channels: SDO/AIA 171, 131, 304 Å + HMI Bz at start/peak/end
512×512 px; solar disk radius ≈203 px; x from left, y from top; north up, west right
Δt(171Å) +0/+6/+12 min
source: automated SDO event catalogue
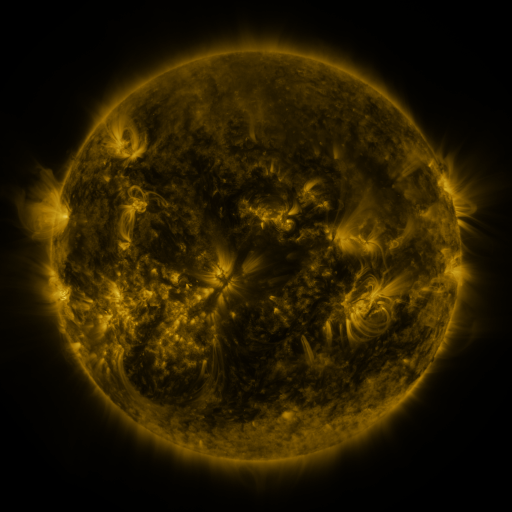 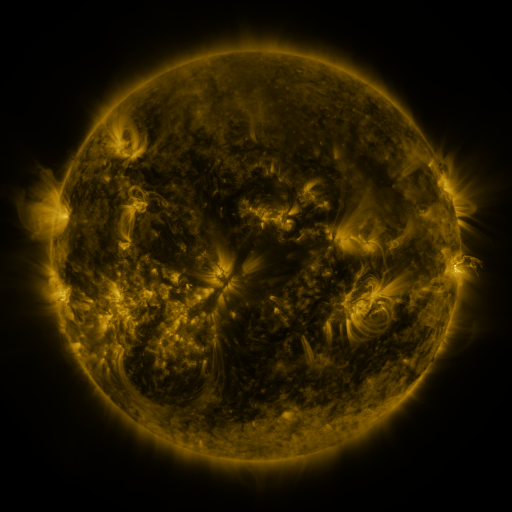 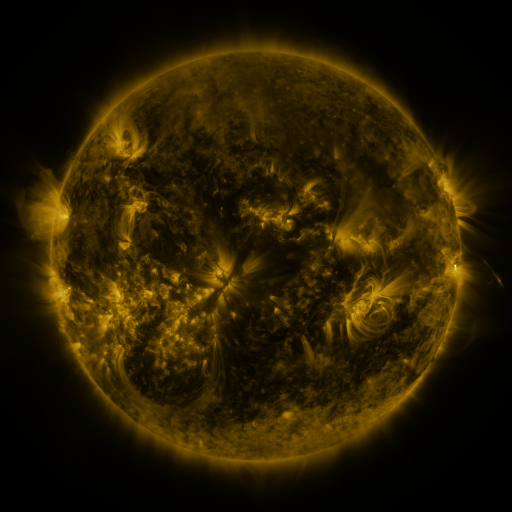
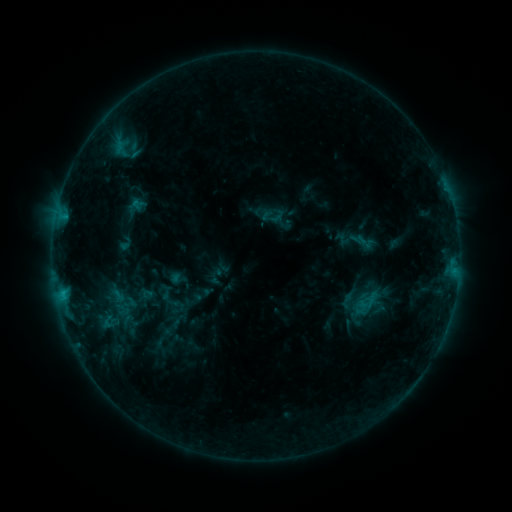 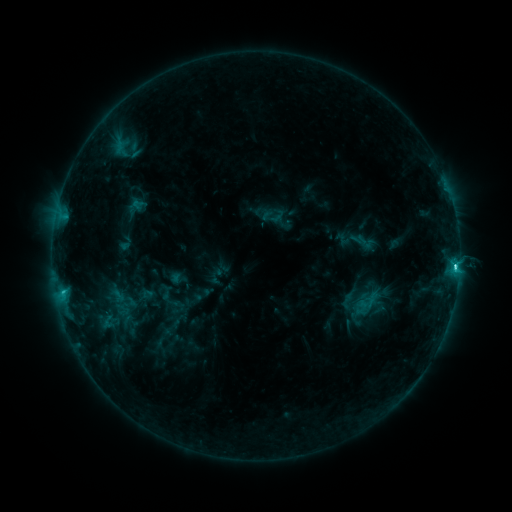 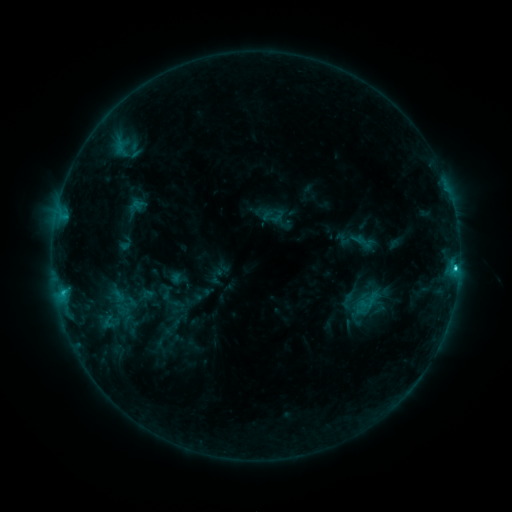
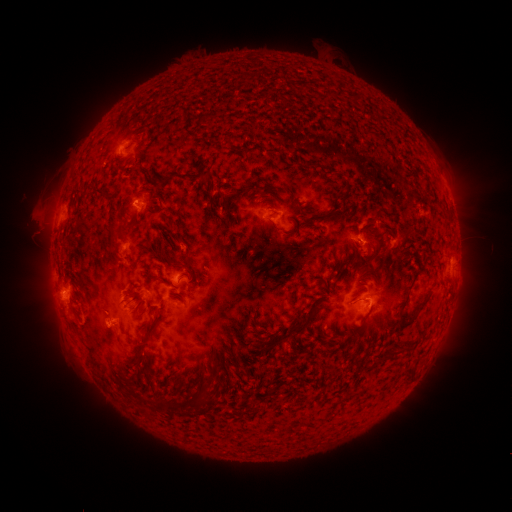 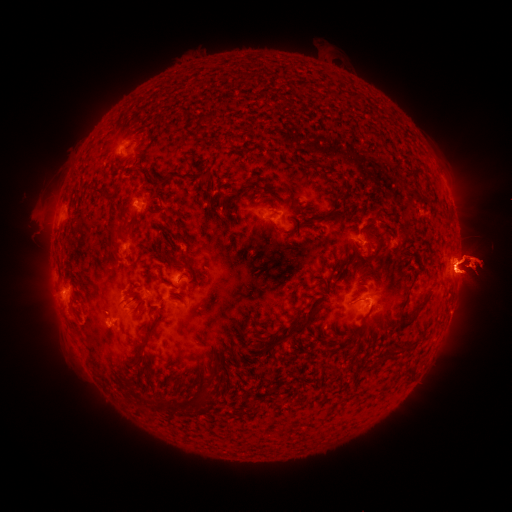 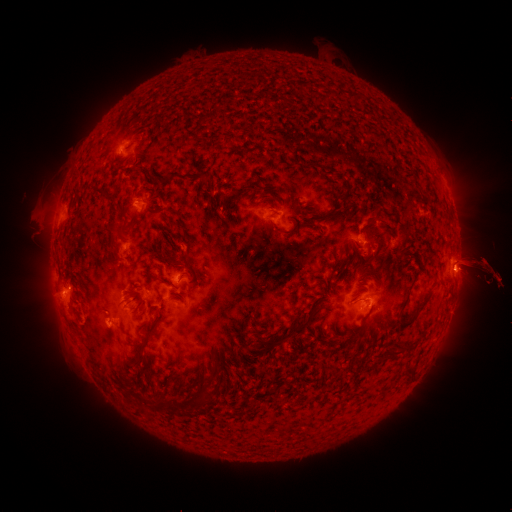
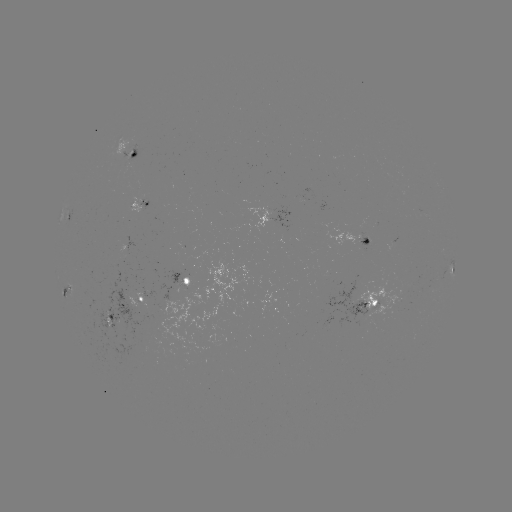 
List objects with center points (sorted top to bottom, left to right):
C2.9 flare: (455, 266)
